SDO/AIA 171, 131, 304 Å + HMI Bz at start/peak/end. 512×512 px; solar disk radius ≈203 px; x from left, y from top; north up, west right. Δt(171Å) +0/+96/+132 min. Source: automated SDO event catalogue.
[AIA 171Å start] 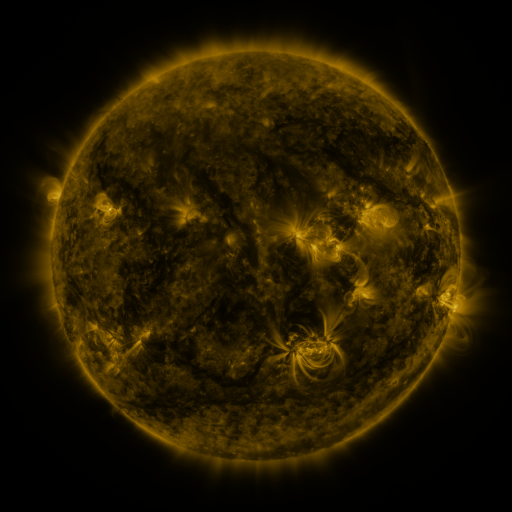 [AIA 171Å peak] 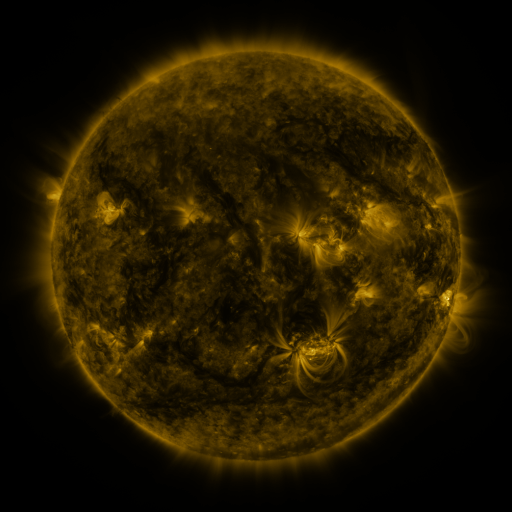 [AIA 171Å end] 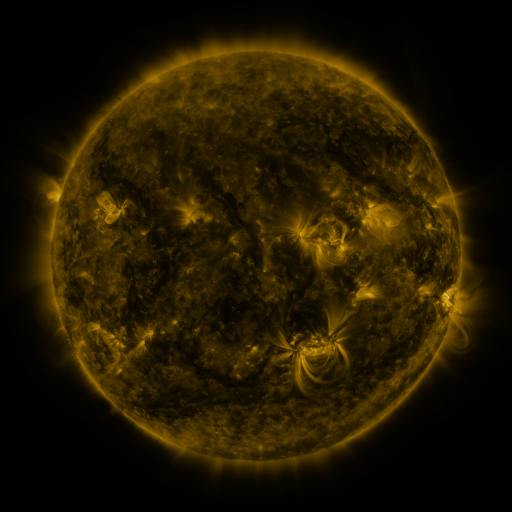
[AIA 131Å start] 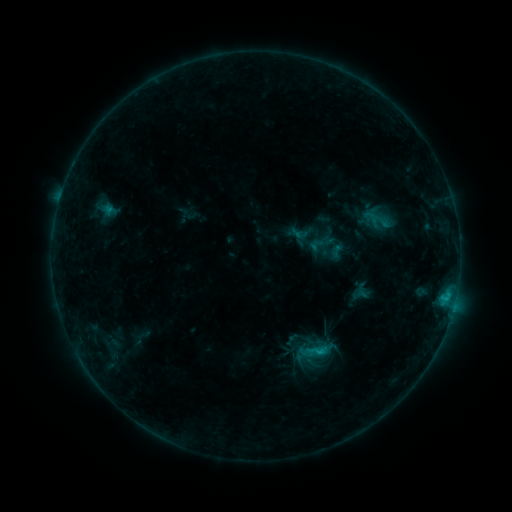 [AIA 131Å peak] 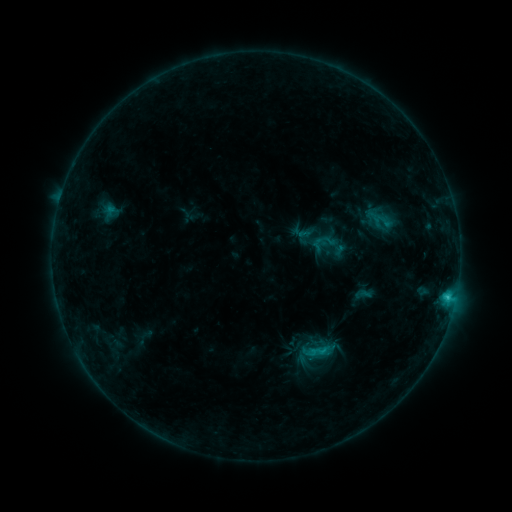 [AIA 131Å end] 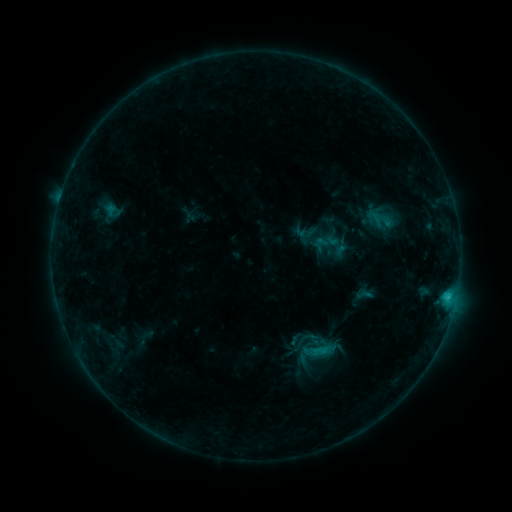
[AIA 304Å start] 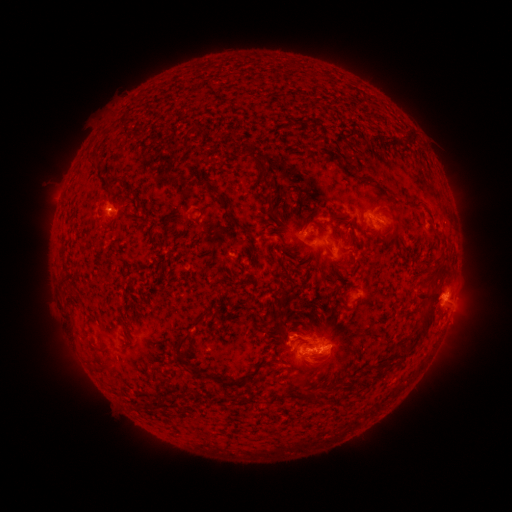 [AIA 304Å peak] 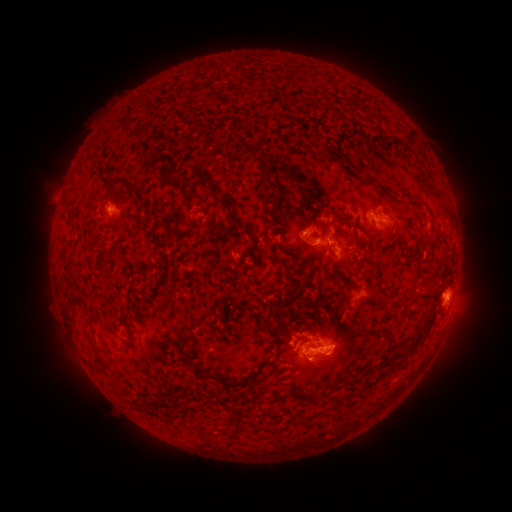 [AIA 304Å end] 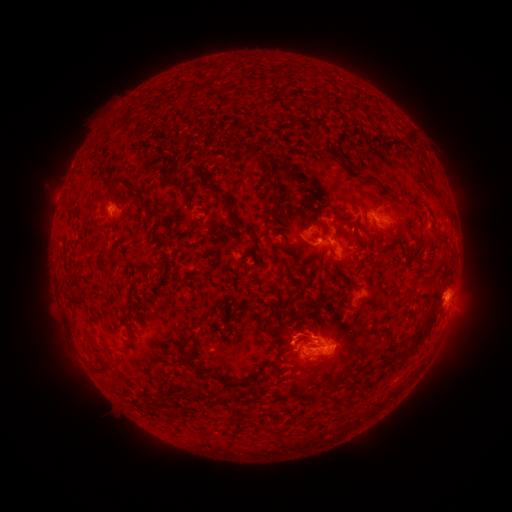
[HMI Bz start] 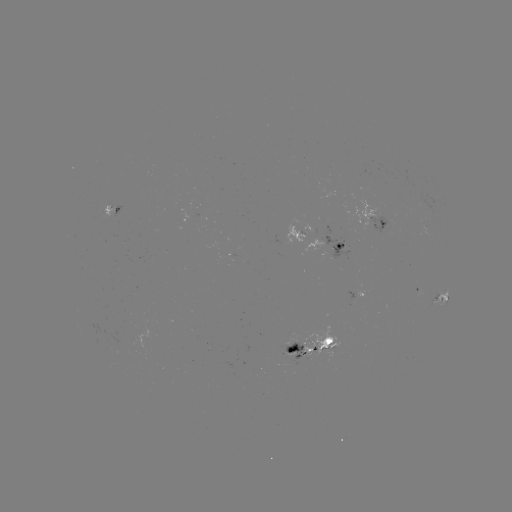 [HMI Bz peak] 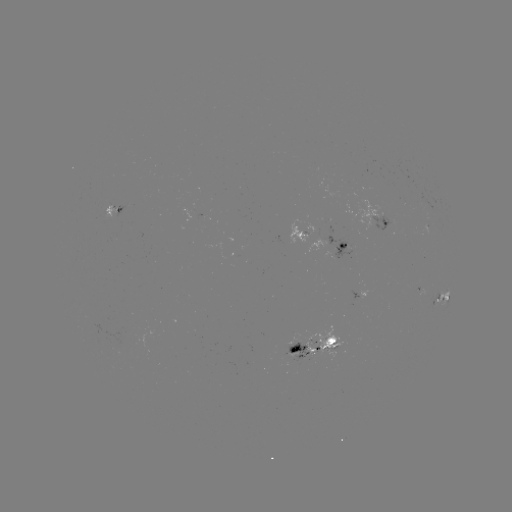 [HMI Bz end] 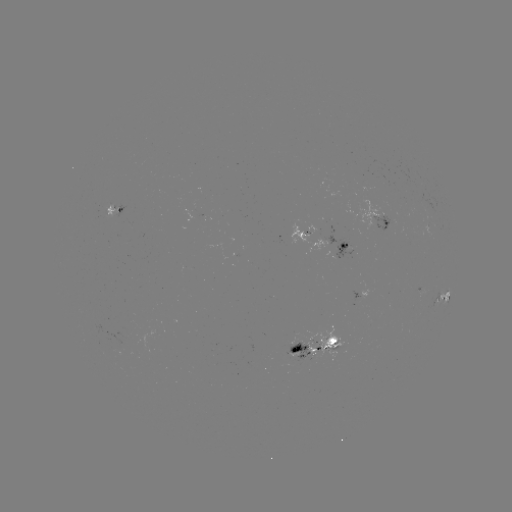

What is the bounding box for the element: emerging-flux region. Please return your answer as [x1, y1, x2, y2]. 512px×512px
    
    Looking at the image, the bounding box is [287, 341, 308, 362].